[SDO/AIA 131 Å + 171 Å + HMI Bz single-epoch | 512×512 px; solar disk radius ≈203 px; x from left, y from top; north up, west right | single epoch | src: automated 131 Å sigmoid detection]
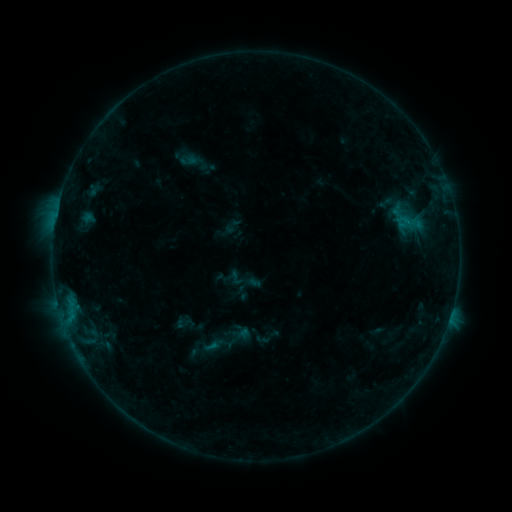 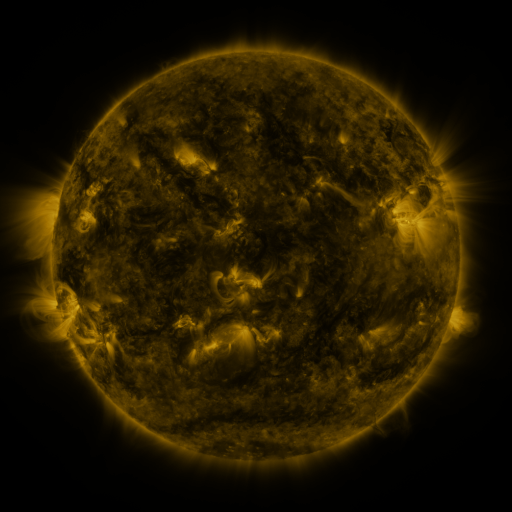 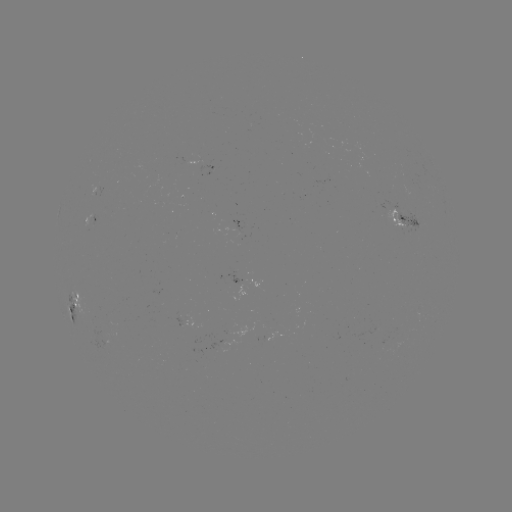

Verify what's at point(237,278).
sigmoid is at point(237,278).